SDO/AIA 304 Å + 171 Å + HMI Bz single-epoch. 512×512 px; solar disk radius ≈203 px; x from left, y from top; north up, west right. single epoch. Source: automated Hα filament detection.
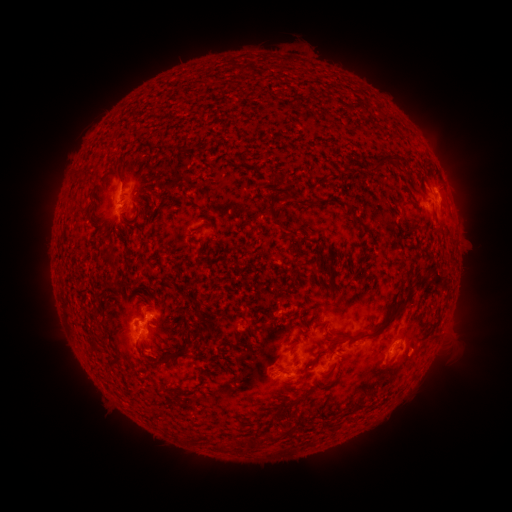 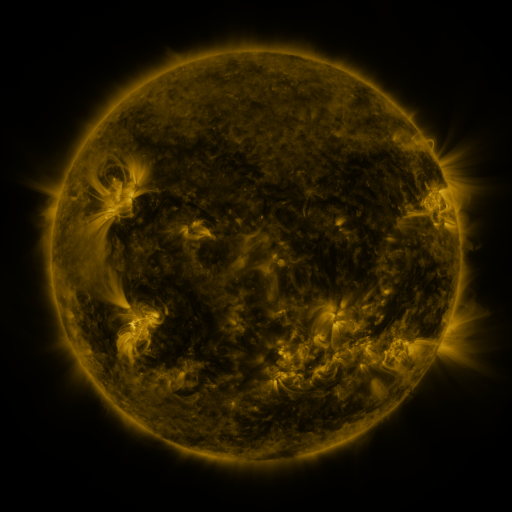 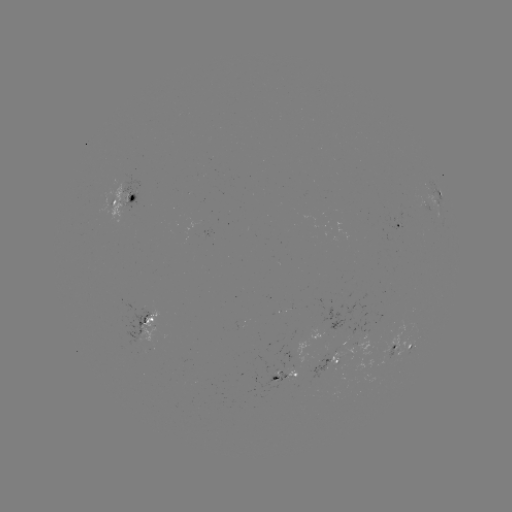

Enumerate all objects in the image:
filament: <bbox>375, 157, 389, 172</bbox>
filament: <bbox>182, 194, 191, 203</bbox>
filament: <bbox>268, 202, 281, 227</bbox>
filament: <bbox>352, 215, 366, 227</bbox>
filament: <bbox>430, 269, 442, 288</bbox>
filament: <bbox>413, 281, 423, 289</bbox>
filament: <bbox>338, 297, 410, 344</bbox>
filament: <bbox>159, 348, 188, 364</bbox>
filament: <bbox>309, 348, 327, 369</bbox>
